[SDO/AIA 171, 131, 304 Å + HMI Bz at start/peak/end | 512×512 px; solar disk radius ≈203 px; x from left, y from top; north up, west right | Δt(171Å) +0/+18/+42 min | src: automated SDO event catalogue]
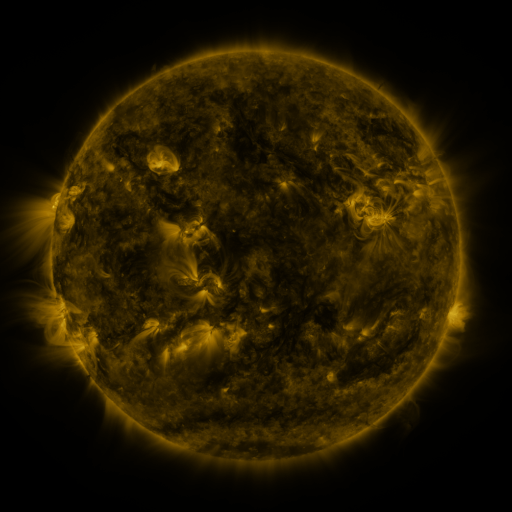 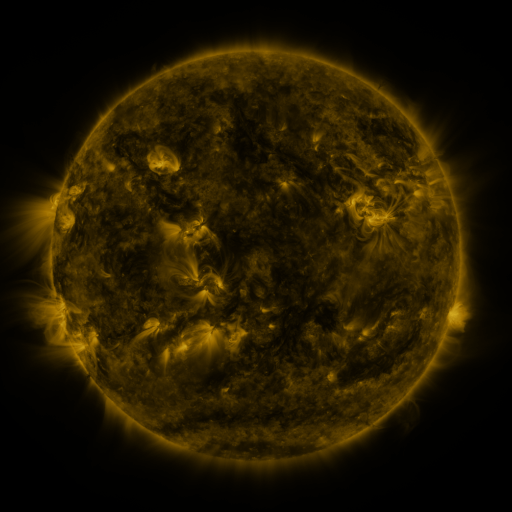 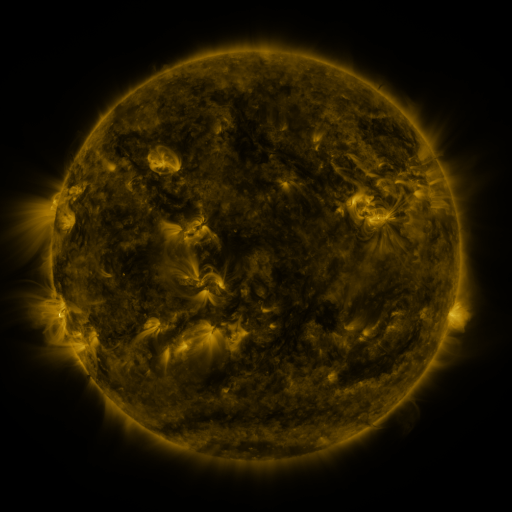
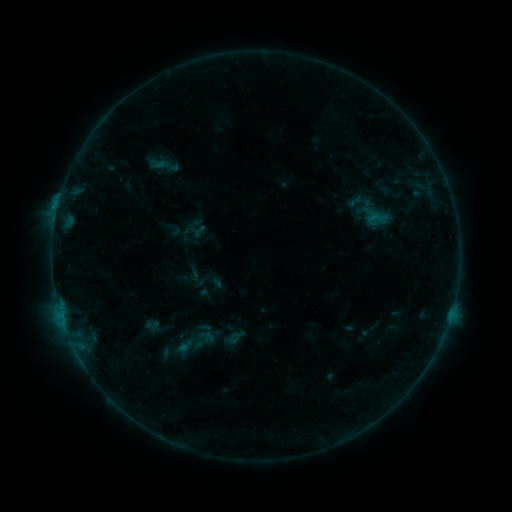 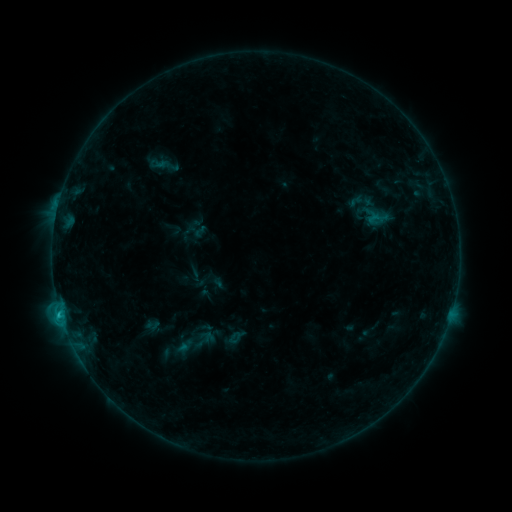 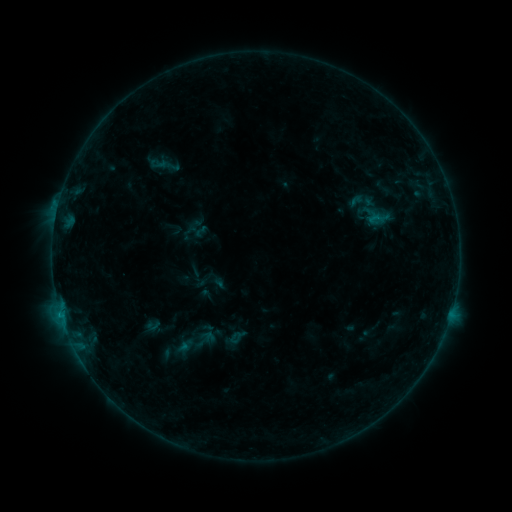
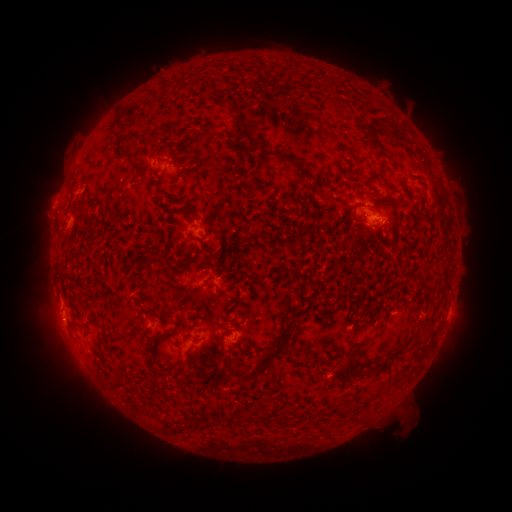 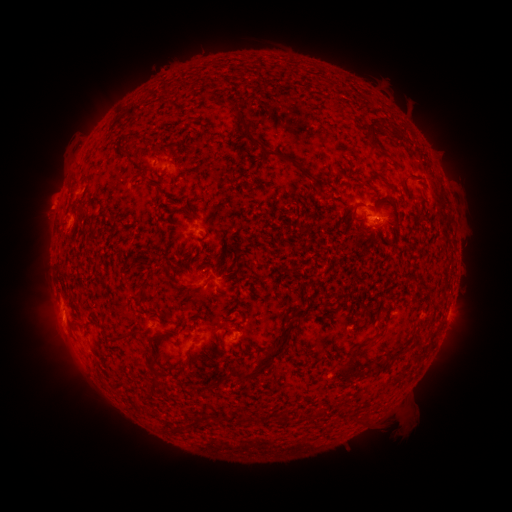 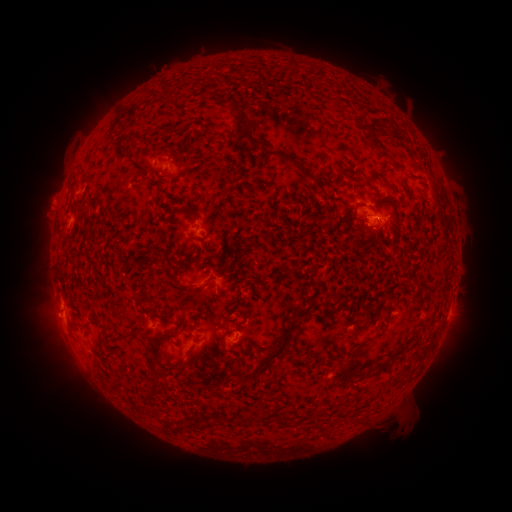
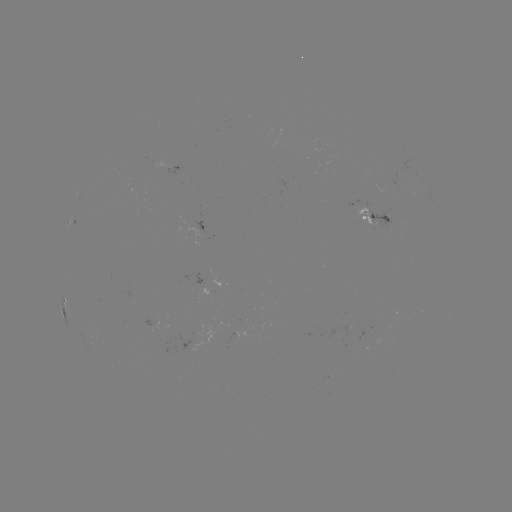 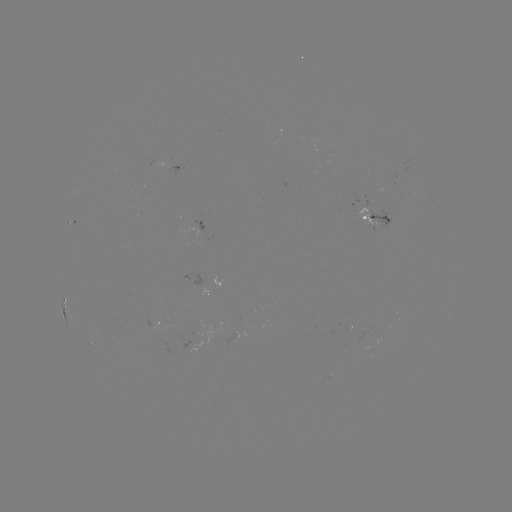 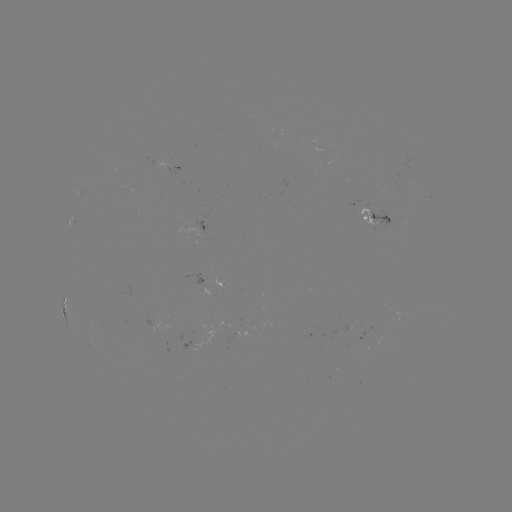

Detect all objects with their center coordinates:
B8.2 flare: (60, 311)
